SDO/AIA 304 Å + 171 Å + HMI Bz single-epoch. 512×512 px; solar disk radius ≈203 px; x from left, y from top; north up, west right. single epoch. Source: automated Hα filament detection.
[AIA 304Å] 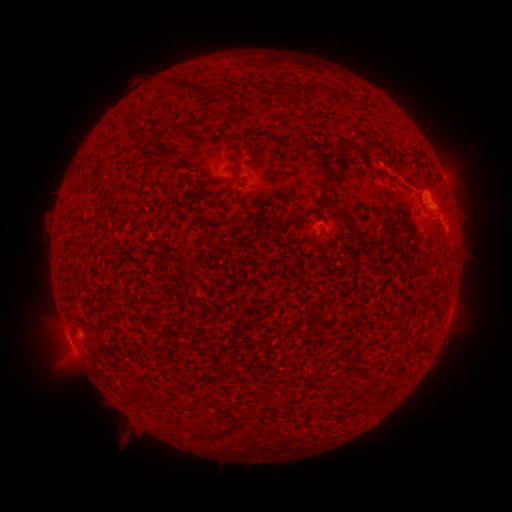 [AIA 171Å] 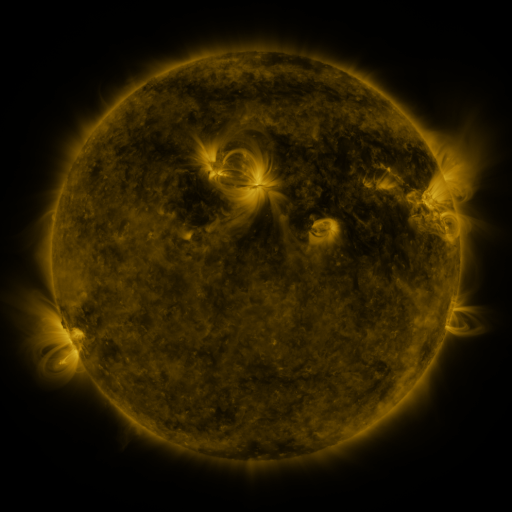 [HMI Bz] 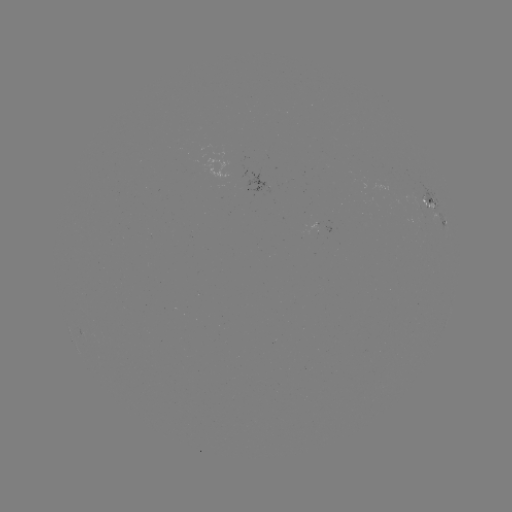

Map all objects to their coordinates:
filament: (163, 77, 180, 86)
filament: (178, 80, 193, 93)
filament: (219, 85, 233, 100)
filament: (201, 88, 211, 100)
filament: (304, 136, 335, 190)
filament: (291, 138, 308, 149)
filament: (230, 164, 241, 177)
filament: (190, 188, 216, 206)
filament: (432, 220, 441, 229)
